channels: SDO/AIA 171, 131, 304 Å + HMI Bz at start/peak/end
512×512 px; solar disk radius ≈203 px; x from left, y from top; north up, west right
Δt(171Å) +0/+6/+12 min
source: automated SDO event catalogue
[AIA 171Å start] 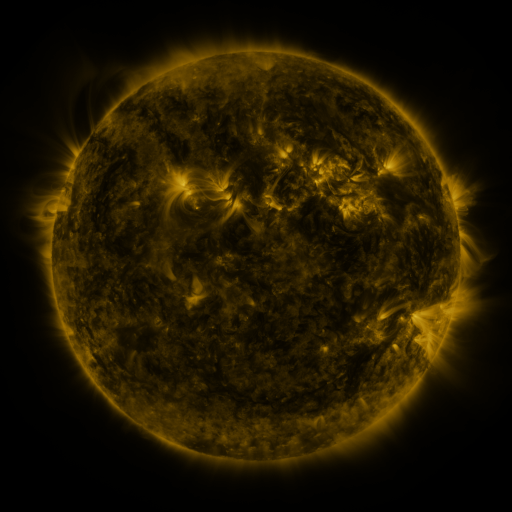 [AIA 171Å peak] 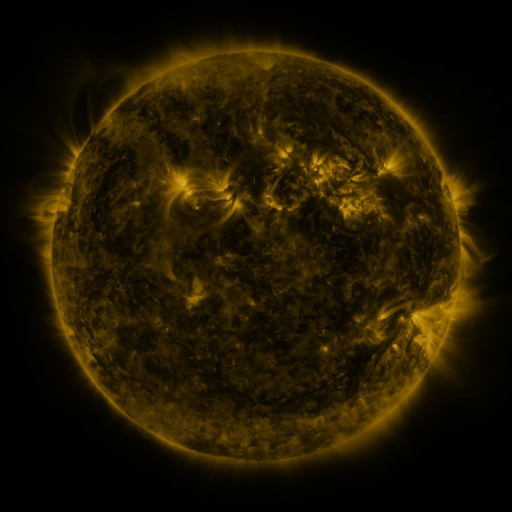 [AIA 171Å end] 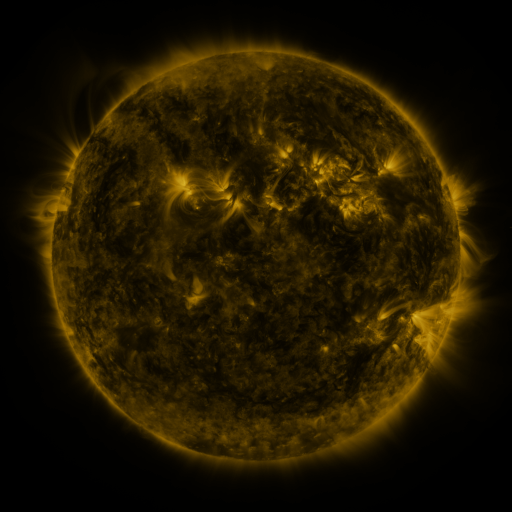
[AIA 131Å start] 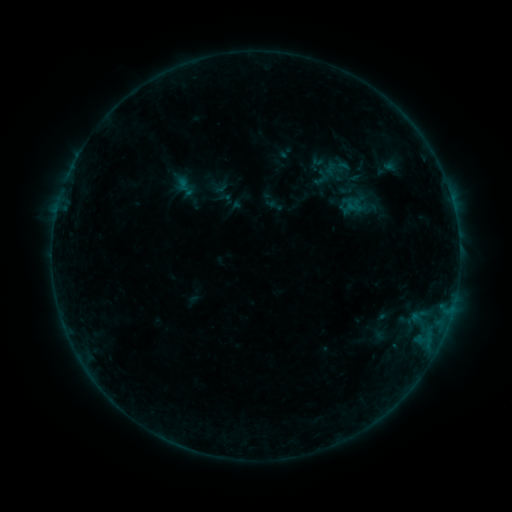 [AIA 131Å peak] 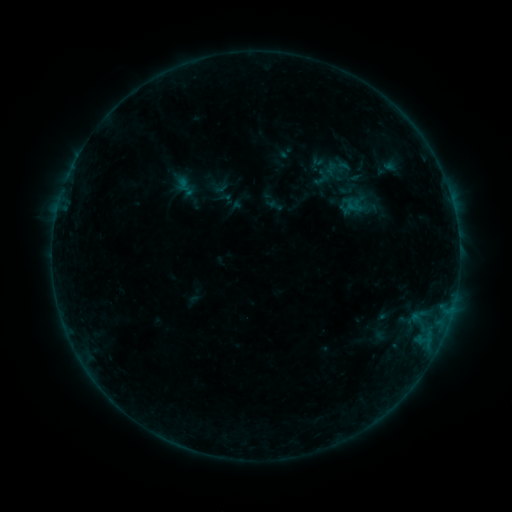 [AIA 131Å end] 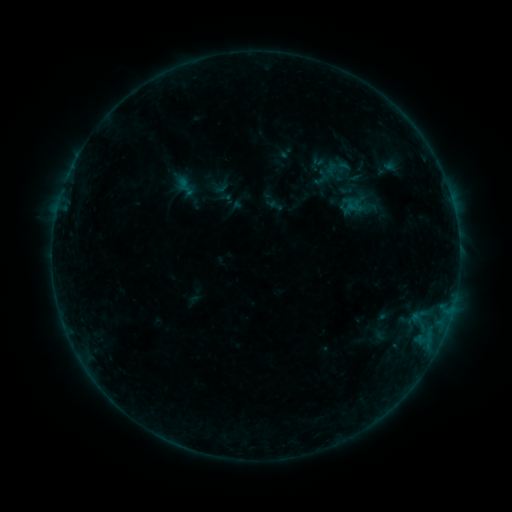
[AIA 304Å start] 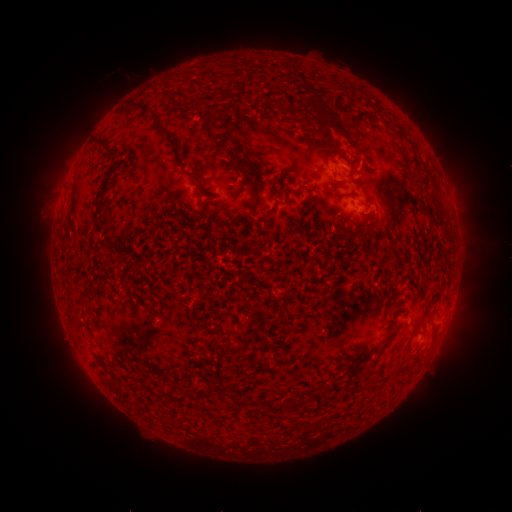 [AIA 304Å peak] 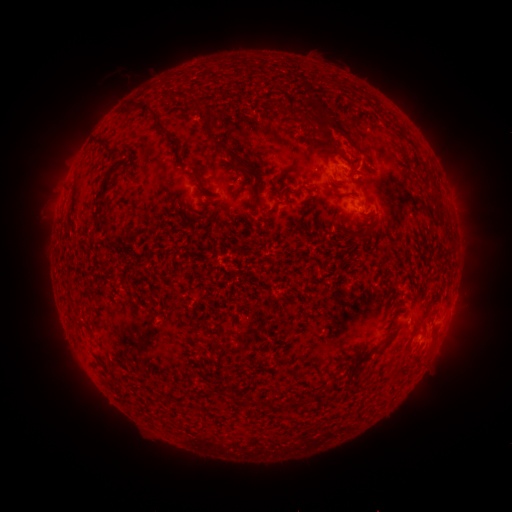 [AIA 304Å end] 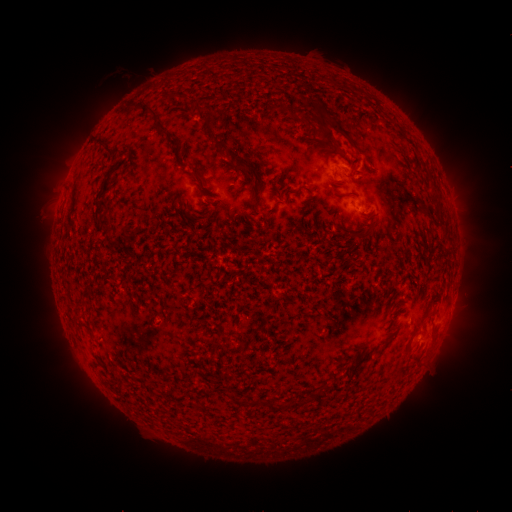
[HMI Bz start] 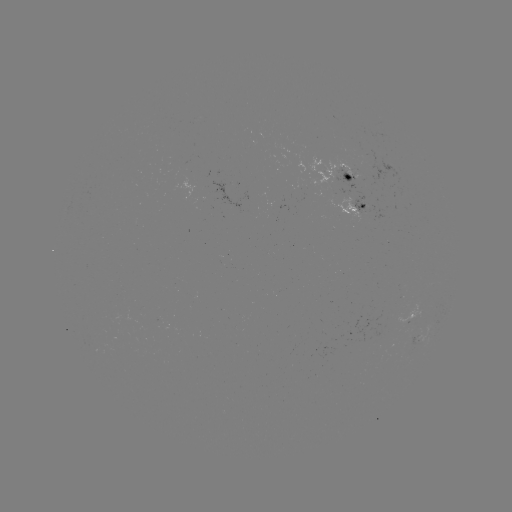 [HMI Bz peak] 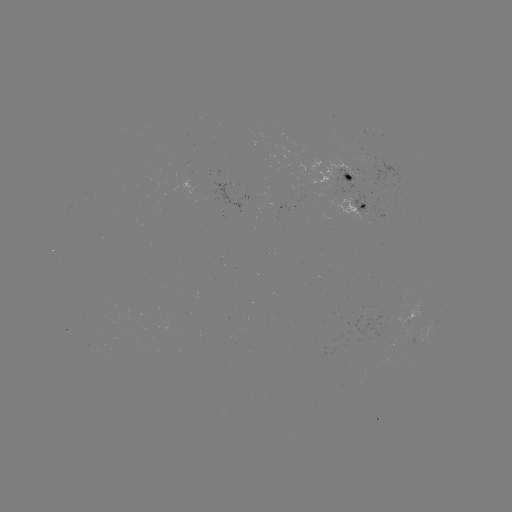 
no classed flare was catalogued and no EUV brightening was flagged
